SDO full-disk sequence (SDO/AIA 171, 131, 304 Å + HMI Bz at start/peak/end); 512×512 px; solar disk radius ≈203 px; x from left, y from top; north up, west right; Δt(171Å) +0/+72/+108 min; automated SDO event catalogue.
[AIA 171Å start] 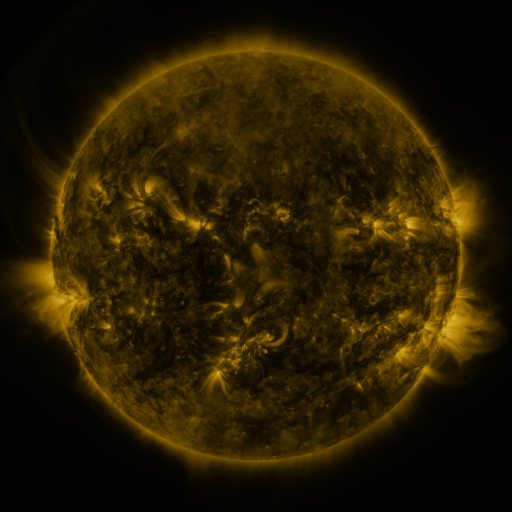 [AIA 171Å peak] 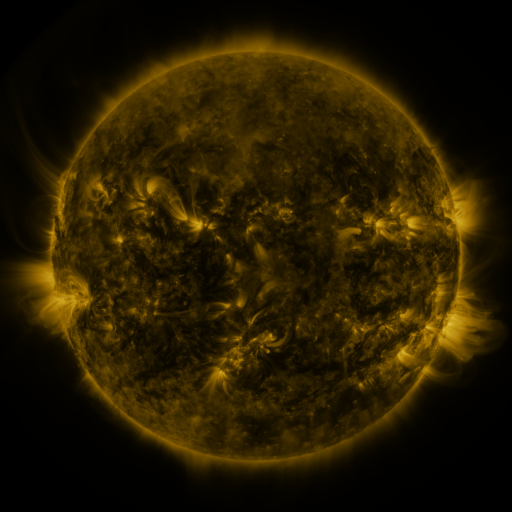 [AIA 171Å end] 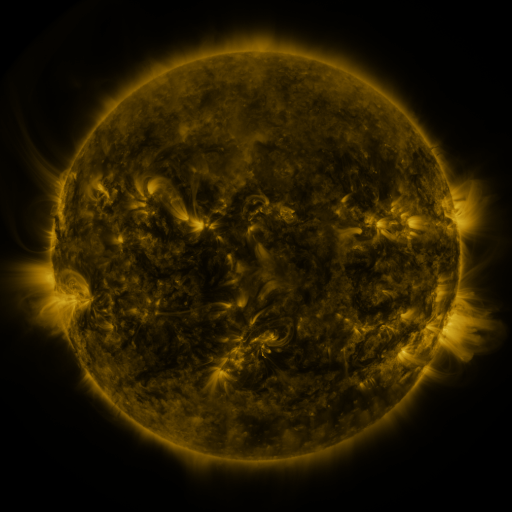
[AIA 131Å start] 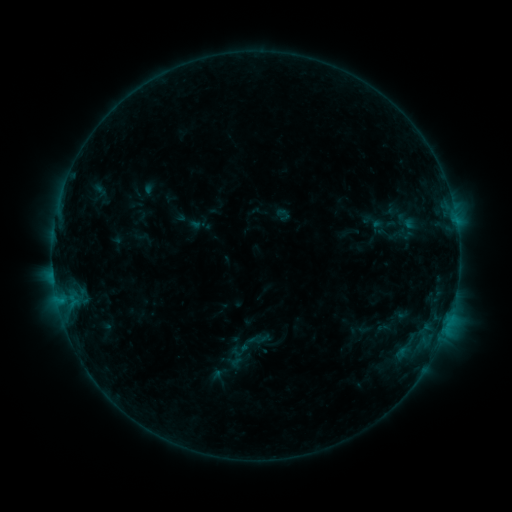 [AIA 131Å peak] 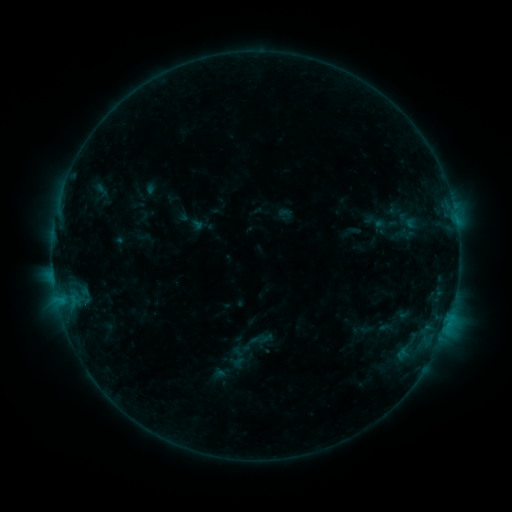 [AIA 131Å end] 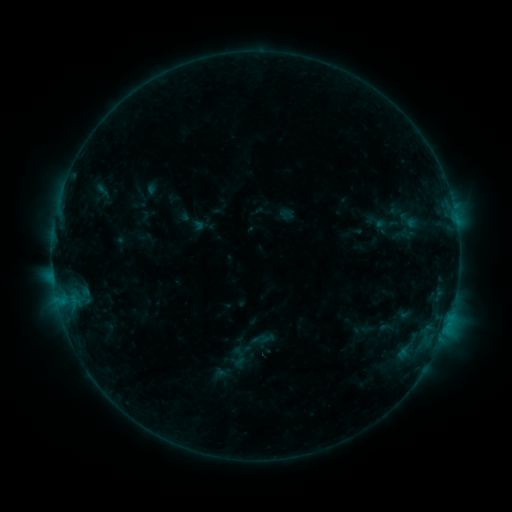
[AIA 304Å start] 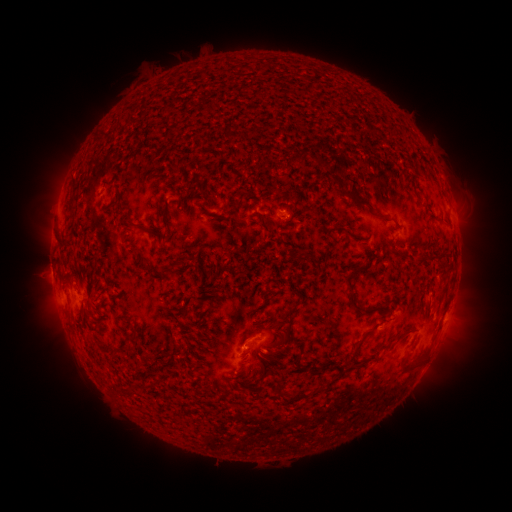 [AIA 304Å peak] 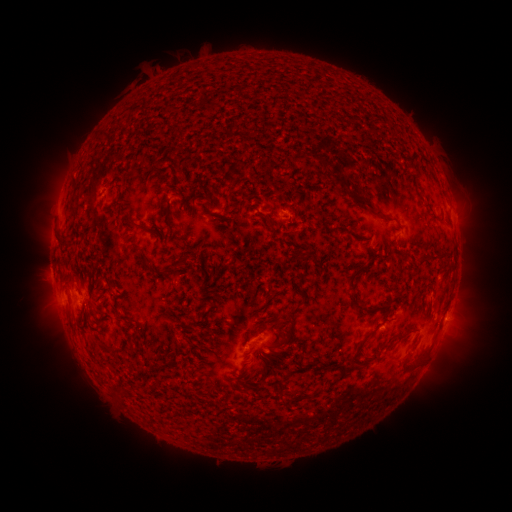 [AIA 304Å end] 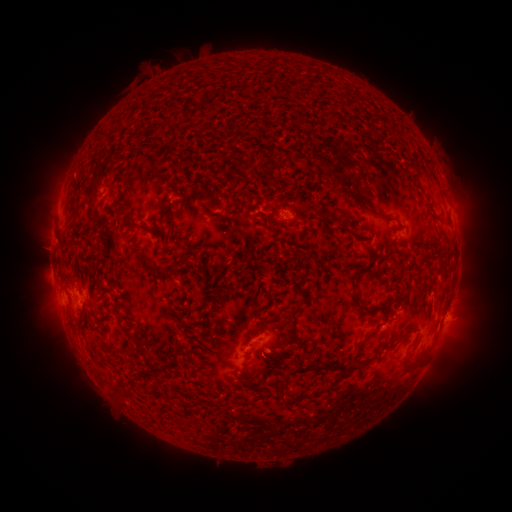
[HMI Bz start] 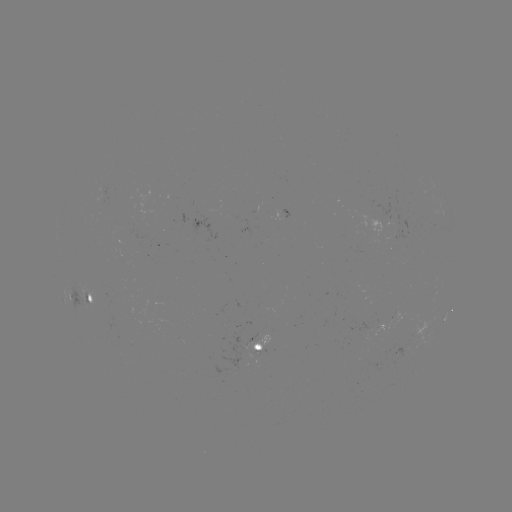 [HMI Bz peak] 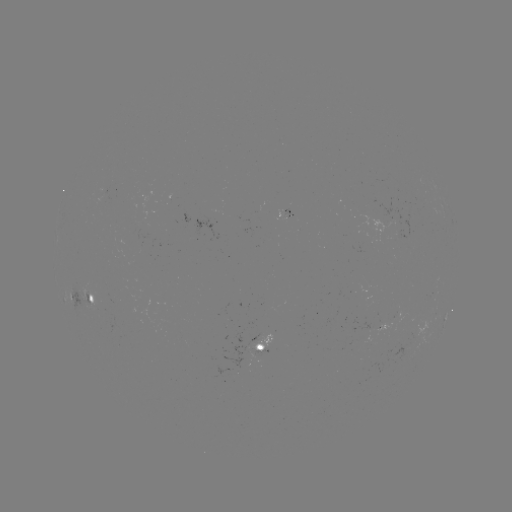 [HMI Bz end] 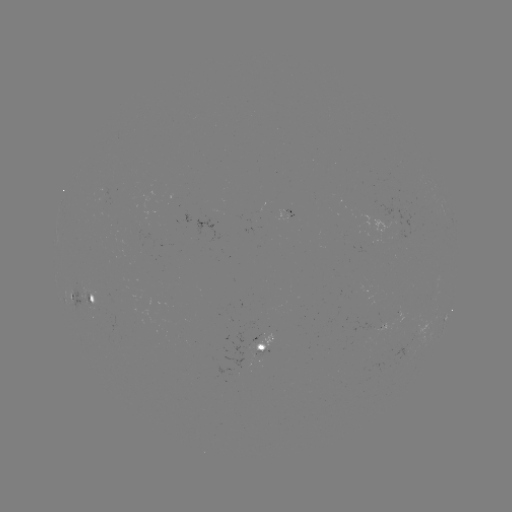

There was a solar emerging-flux region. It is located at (365, 329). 